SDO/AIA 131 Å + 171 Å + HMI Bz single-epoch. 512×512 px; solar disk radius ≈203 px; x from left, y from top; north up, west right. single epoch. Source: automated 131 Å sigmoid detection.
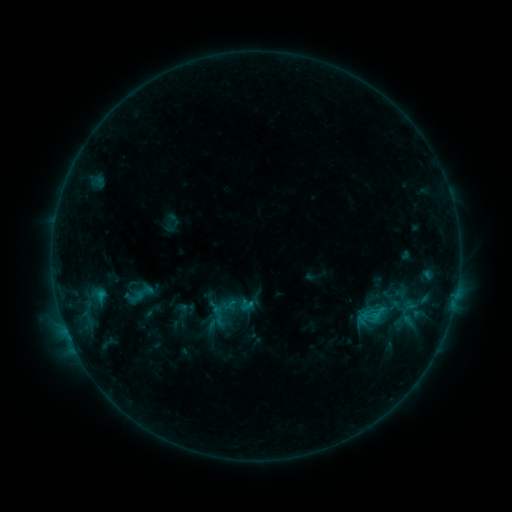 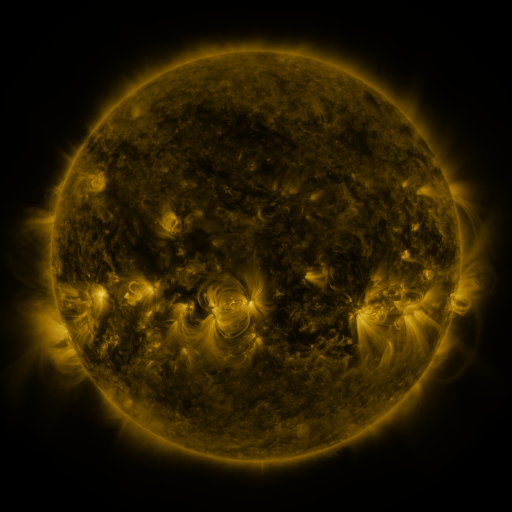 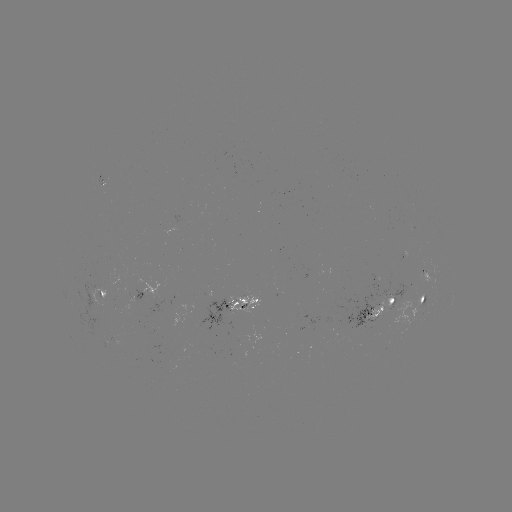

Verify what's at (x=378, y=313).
sigmoid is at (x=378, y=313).